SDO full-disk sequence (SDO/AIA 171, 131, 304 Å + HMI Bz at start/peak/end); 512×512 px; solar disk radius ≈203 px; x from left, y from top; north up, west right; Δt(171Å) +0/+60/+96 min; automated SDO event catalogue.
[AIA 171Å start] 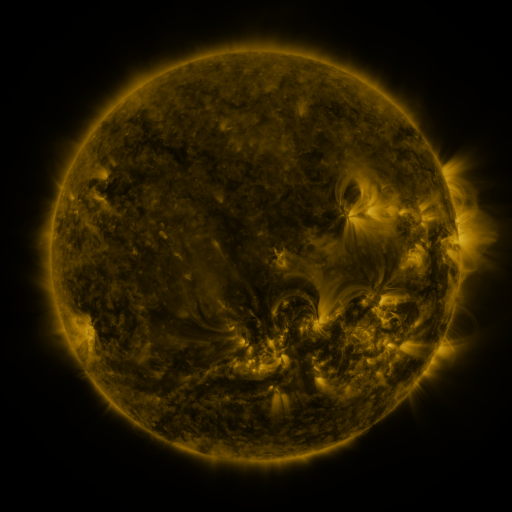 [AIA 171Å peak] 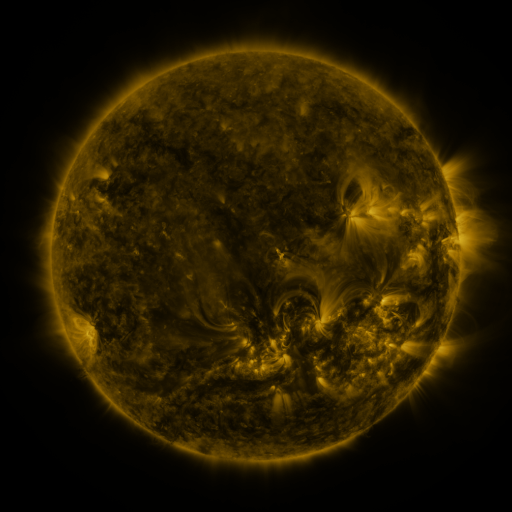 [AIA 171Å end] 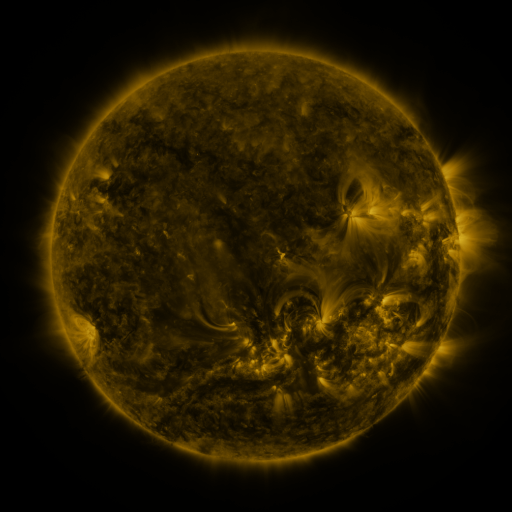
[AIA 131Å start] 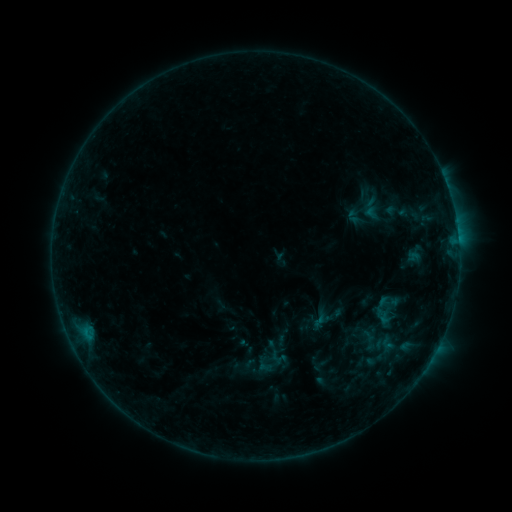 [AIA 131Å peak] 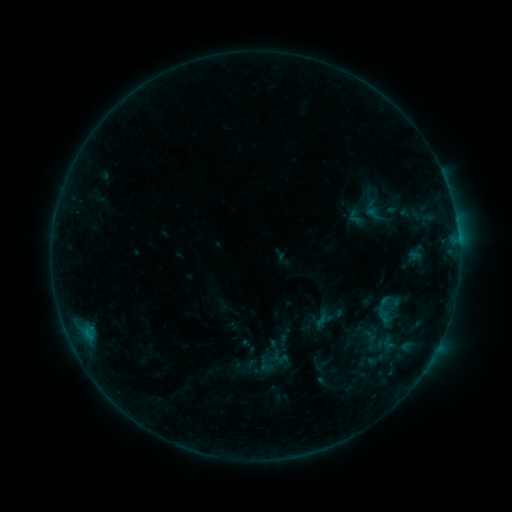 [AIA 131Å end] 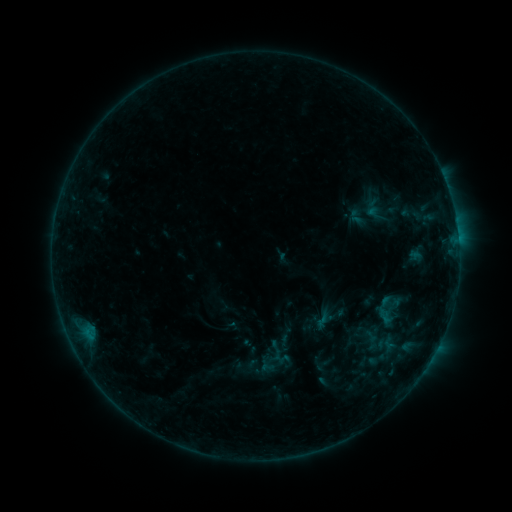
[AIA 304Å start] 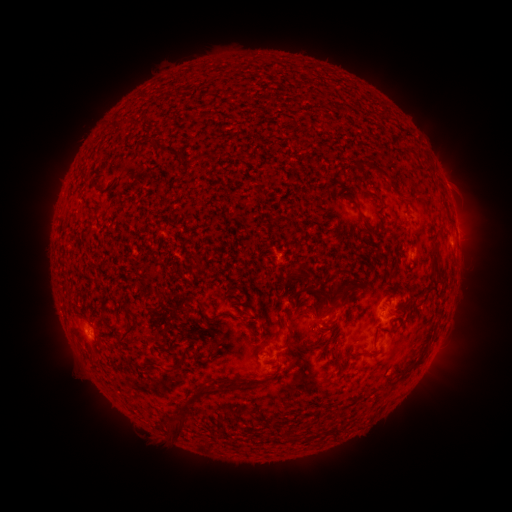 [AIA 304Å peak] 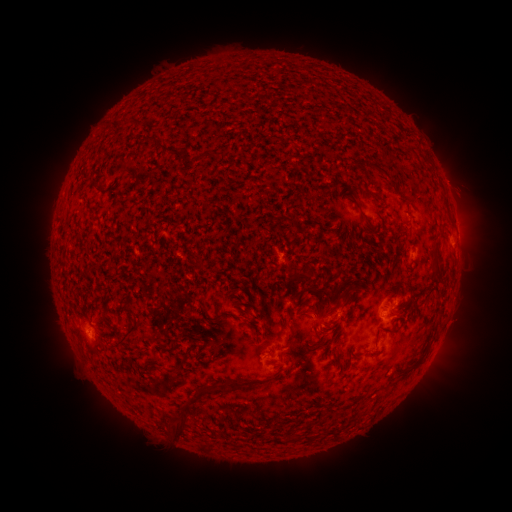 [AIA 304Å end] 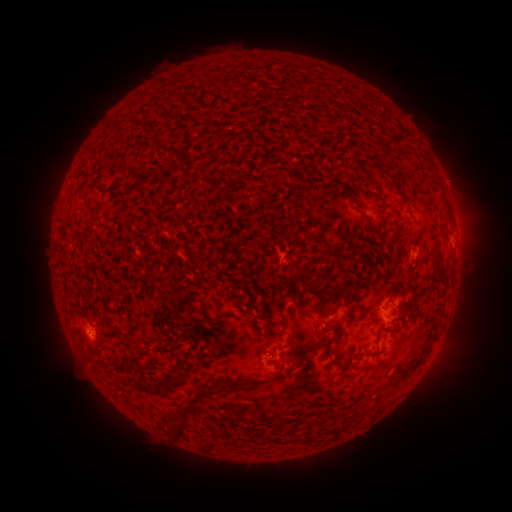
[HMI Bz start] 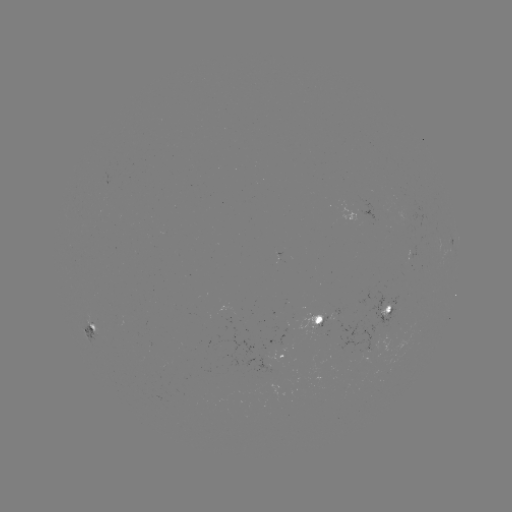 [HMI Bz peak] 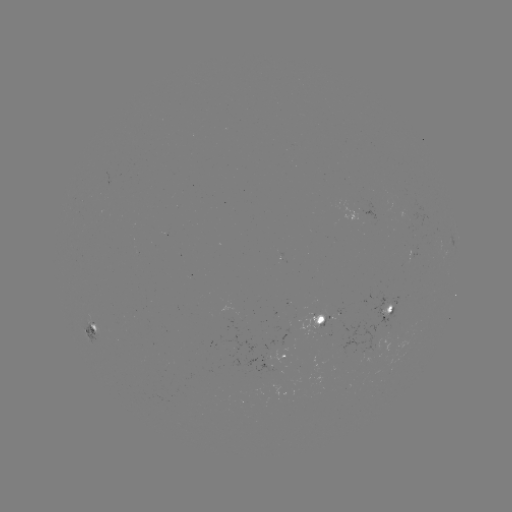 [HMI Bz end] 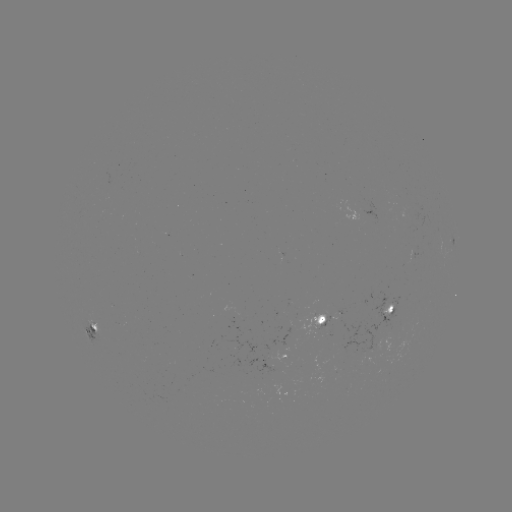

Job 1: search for emerging-flux region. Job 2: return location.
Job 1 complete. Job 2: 233,317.